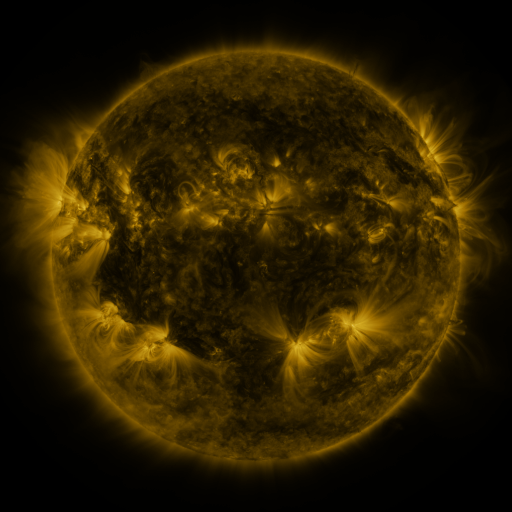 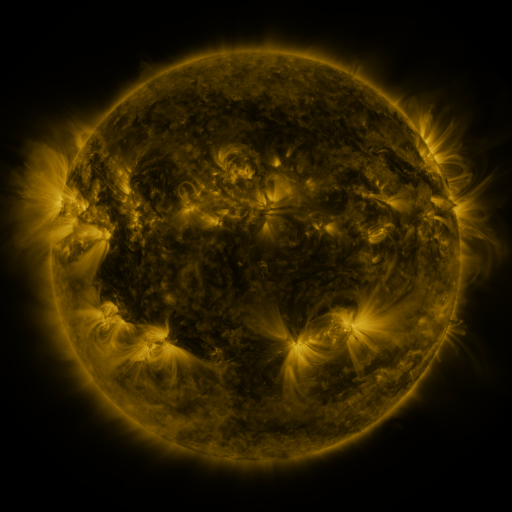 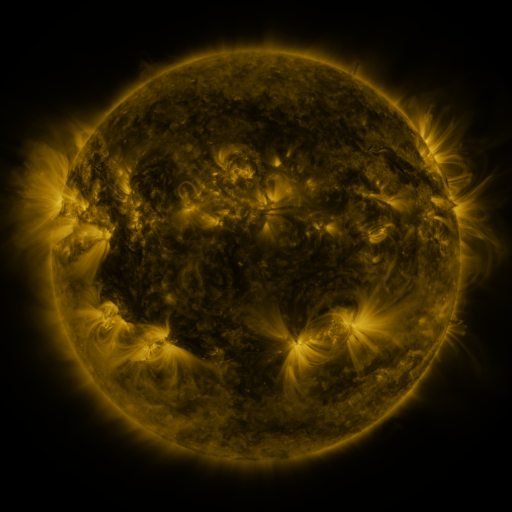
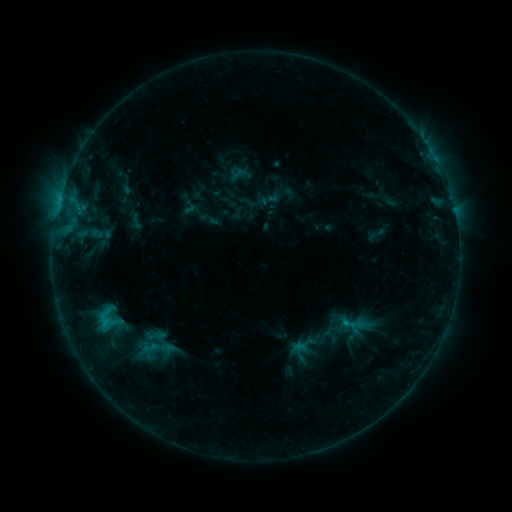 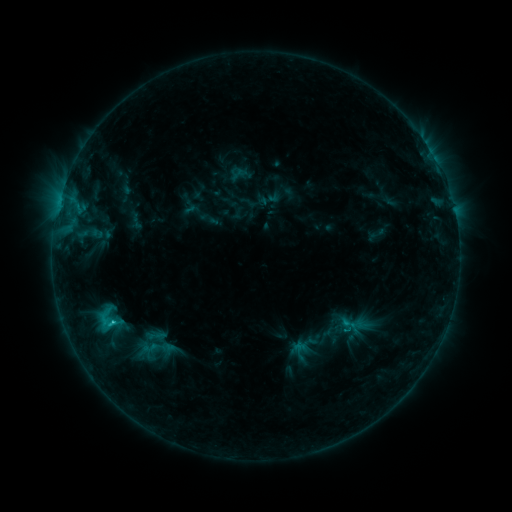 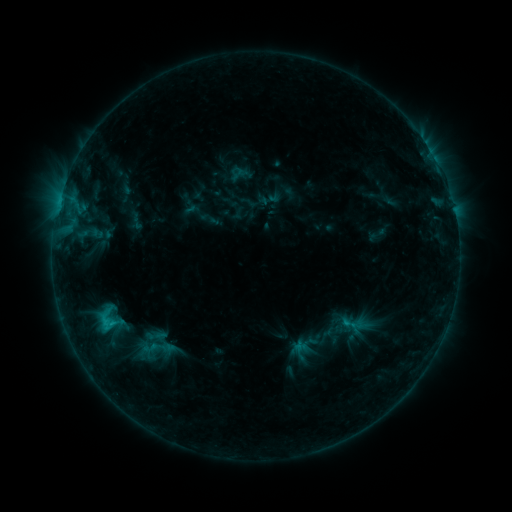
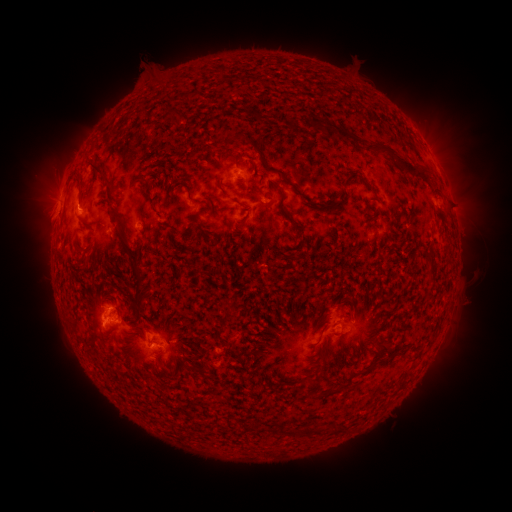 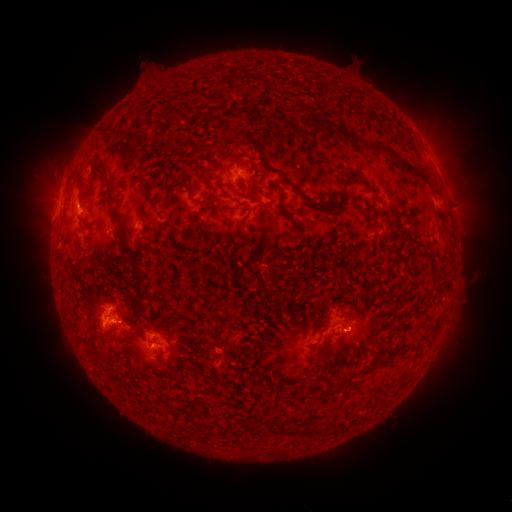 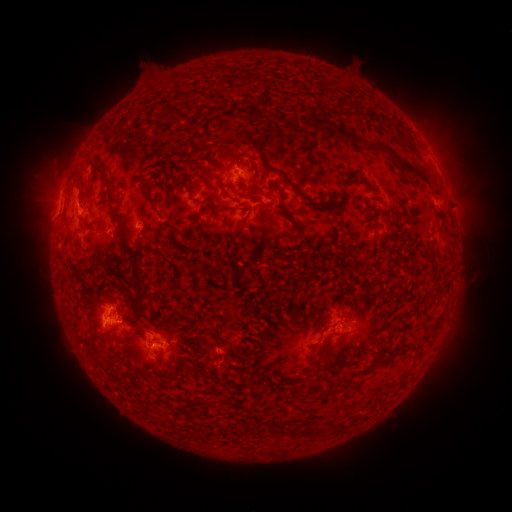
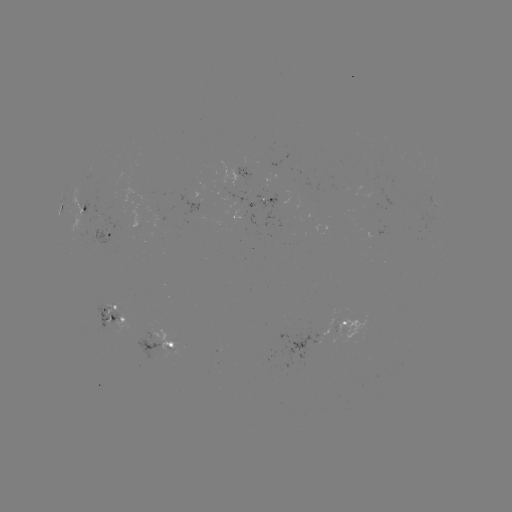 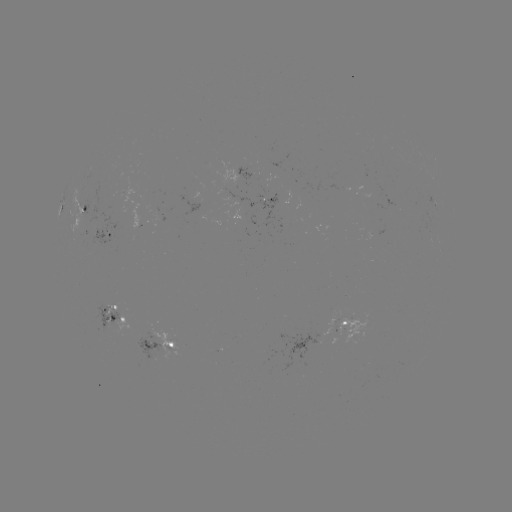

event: flare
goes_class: C1.6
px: (113, 320)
